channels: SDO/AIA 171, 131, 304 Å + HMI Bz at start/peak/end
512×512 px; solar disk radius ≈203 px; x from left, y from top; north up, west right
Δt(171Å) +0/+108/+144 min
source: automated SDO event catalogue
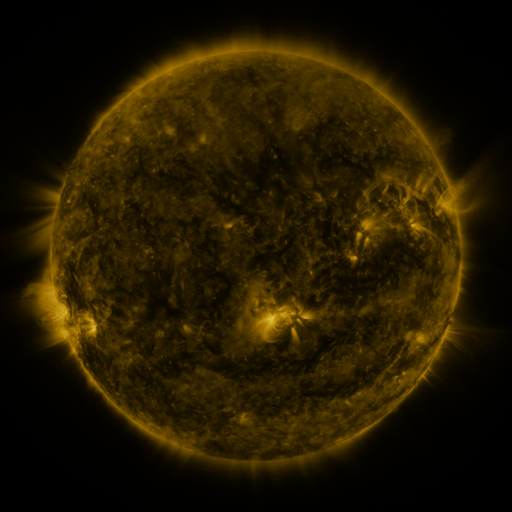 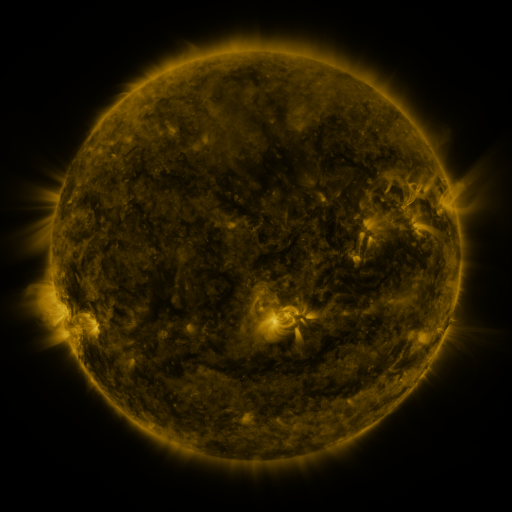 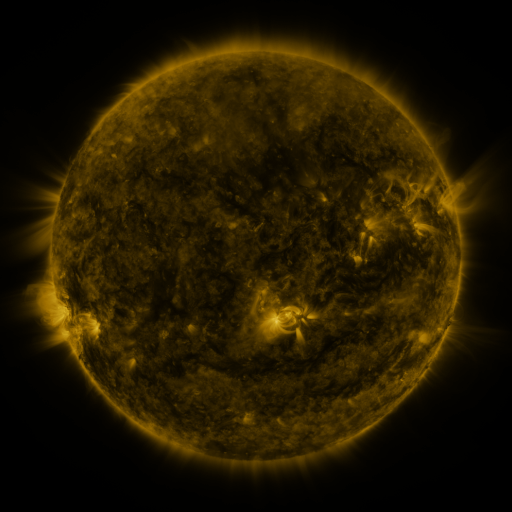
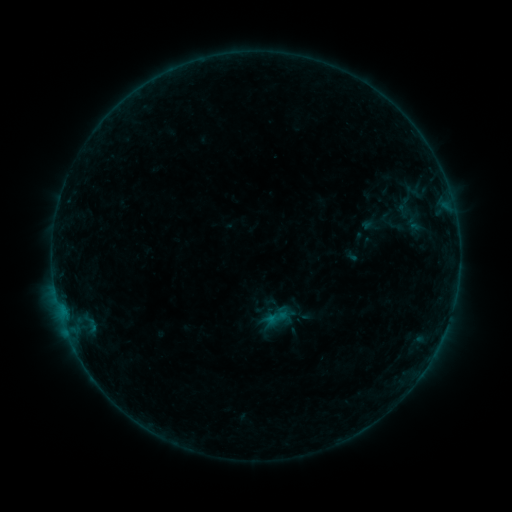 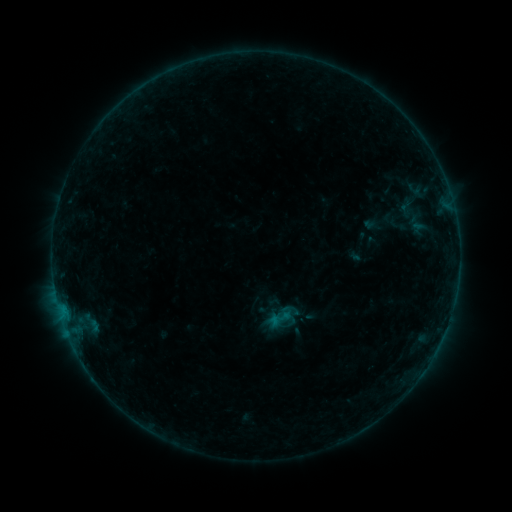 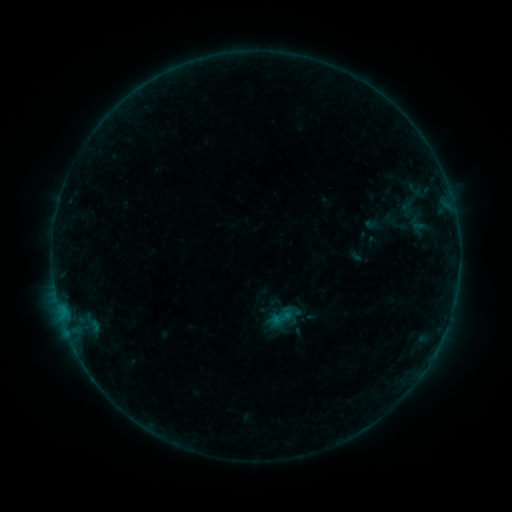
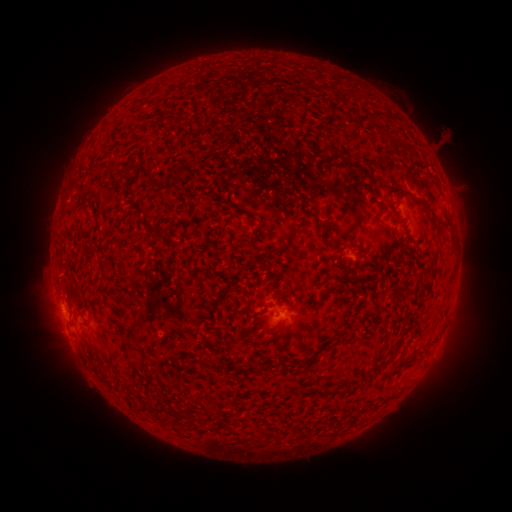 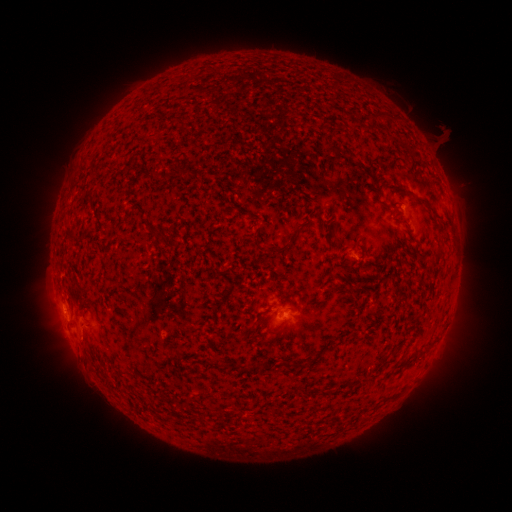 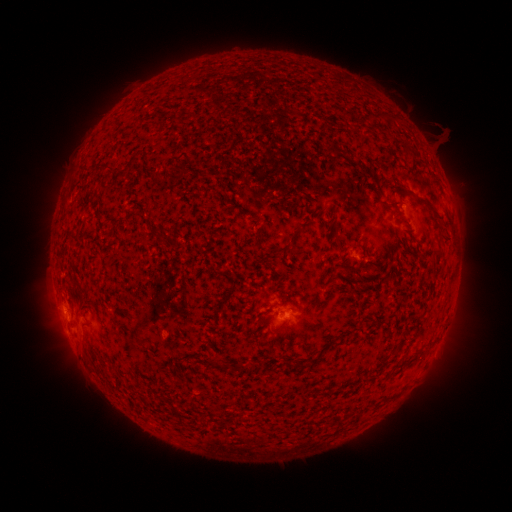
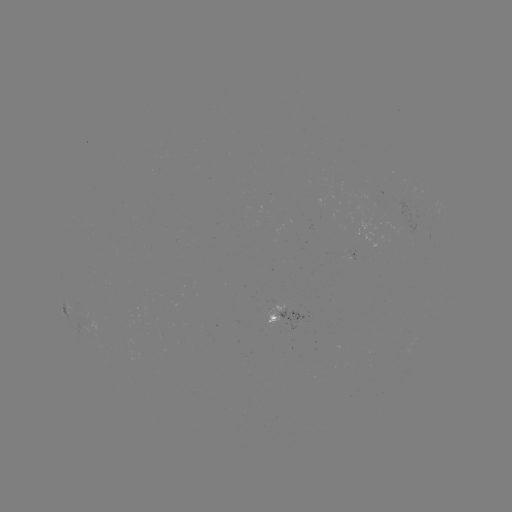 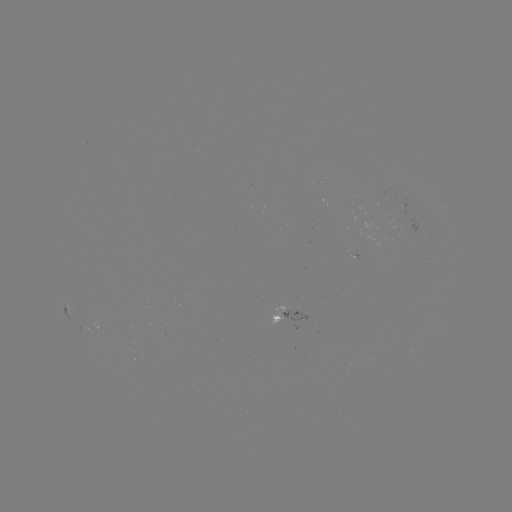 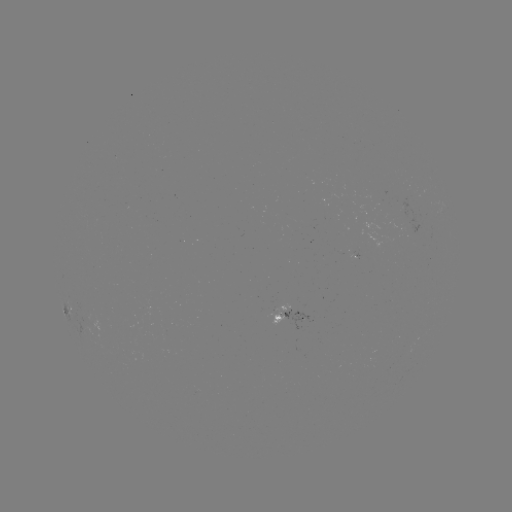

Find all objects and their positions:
emerging-flux region: (192, 393)
